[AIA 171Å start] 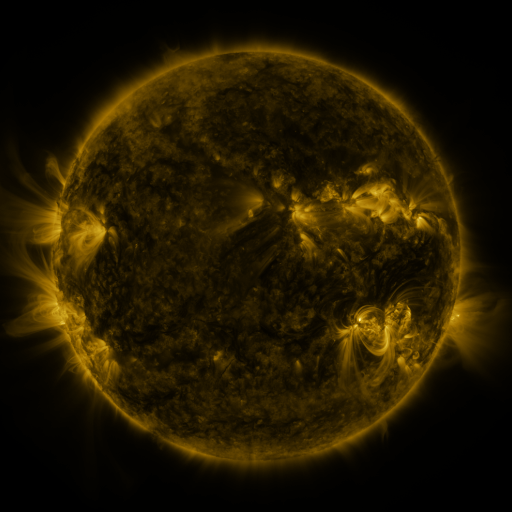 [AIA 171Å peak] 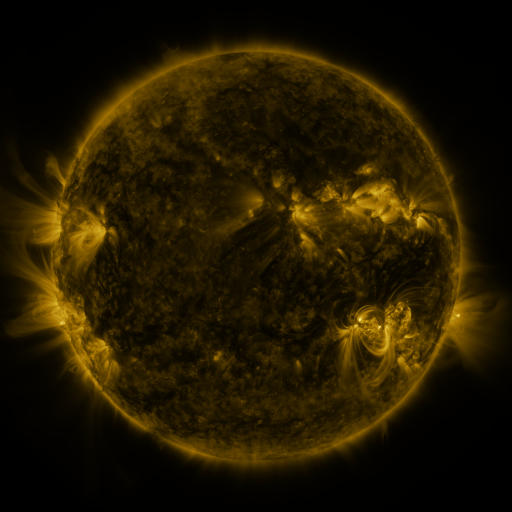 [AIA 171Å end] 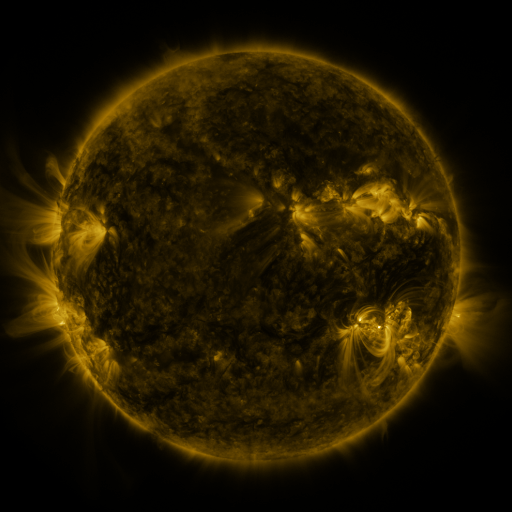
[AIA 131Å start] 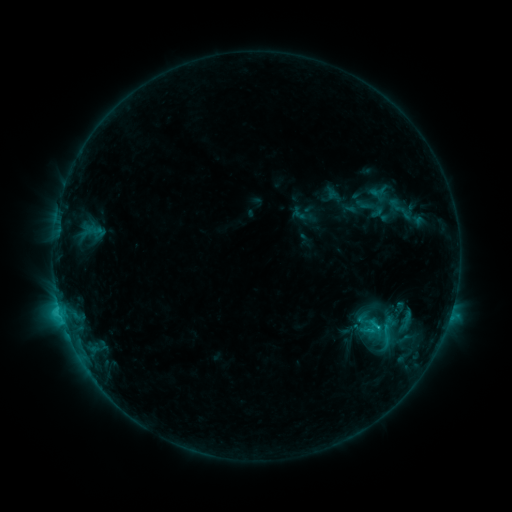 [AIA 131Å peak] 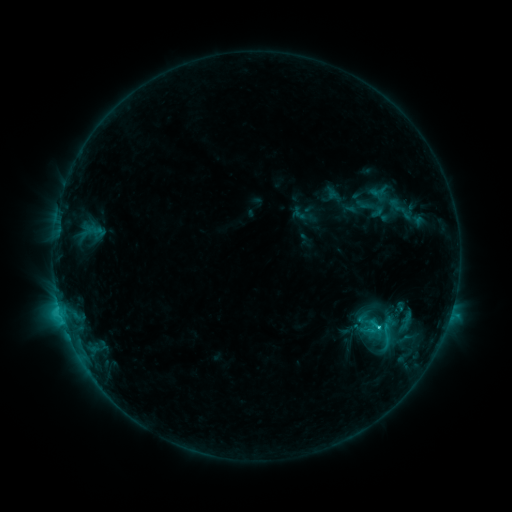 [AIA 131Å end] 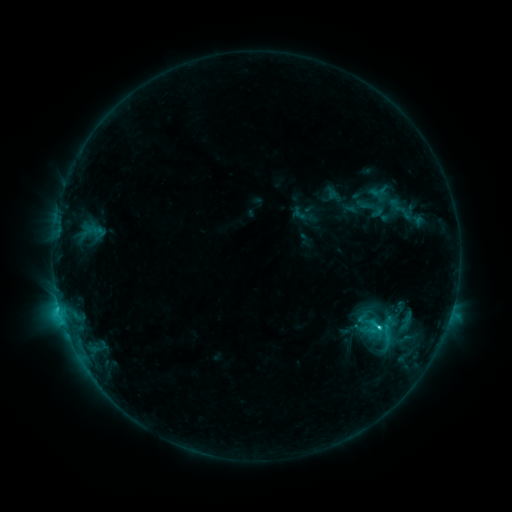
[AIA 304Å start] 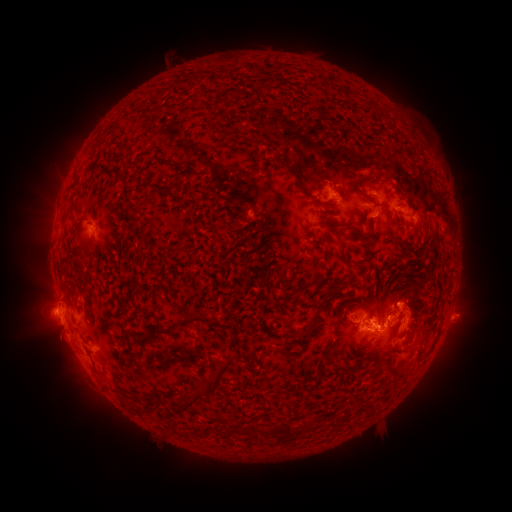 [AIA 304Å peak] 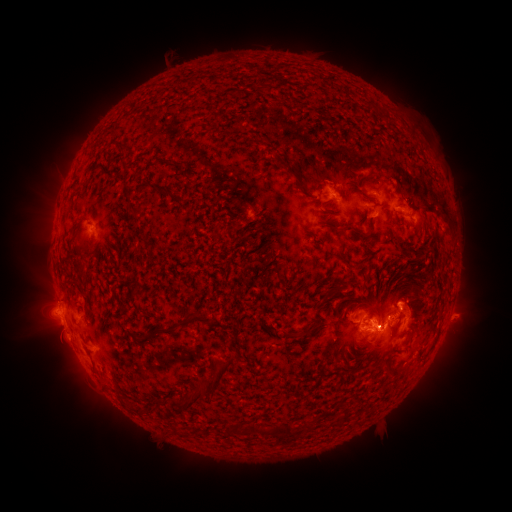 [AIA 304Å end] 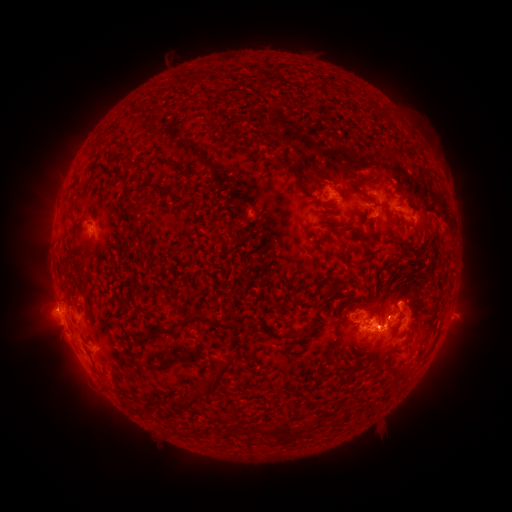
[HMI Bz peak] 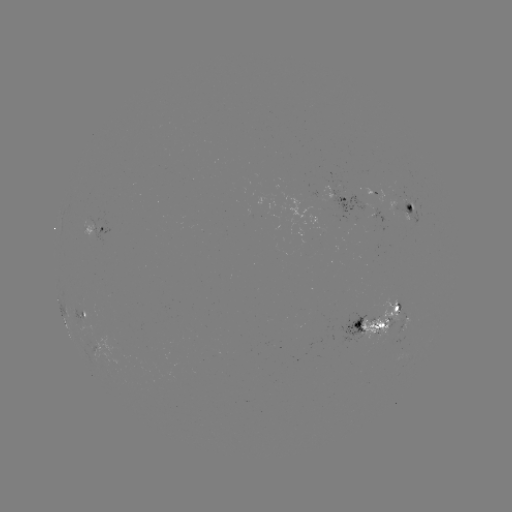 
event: flare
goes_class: C5.0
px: (378, 327)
